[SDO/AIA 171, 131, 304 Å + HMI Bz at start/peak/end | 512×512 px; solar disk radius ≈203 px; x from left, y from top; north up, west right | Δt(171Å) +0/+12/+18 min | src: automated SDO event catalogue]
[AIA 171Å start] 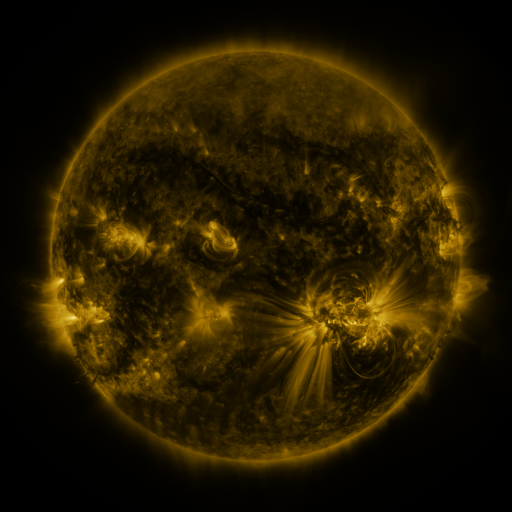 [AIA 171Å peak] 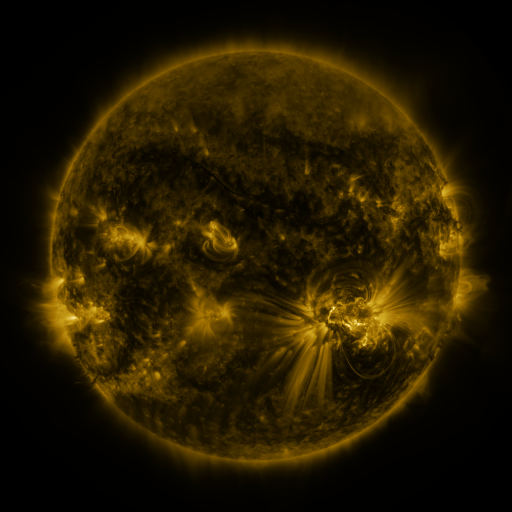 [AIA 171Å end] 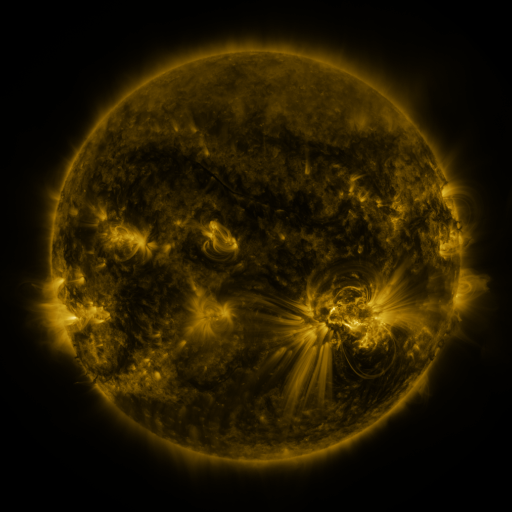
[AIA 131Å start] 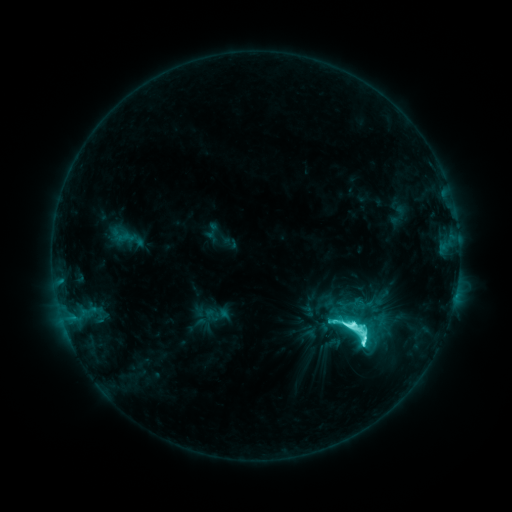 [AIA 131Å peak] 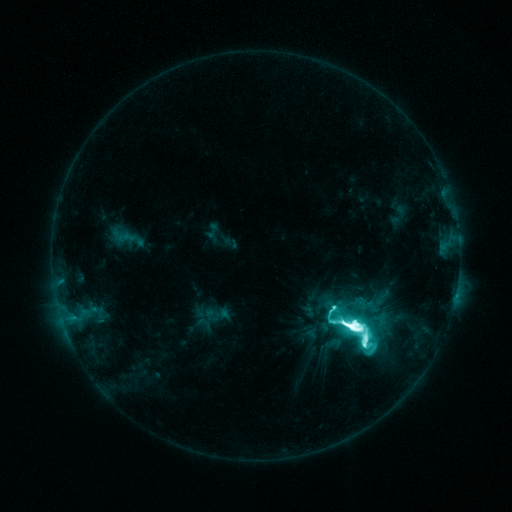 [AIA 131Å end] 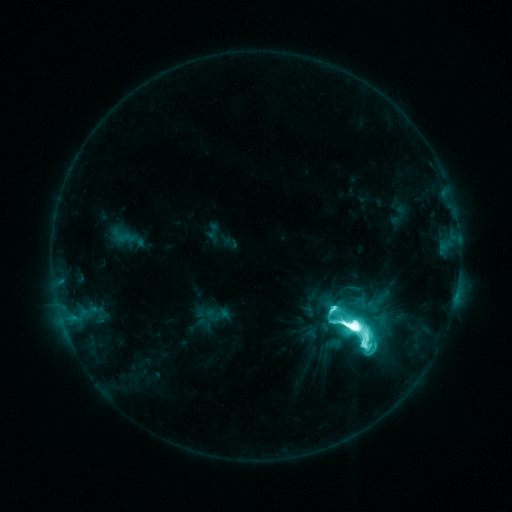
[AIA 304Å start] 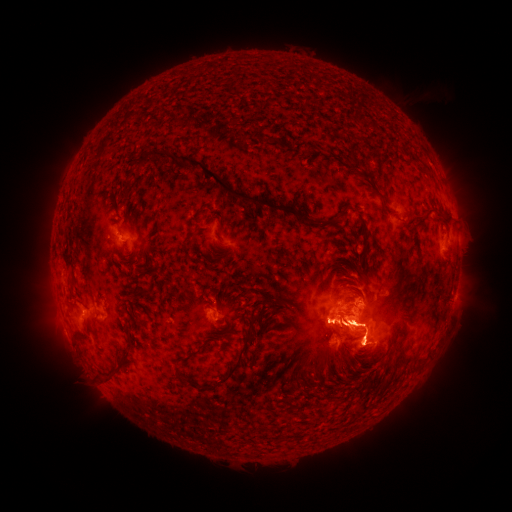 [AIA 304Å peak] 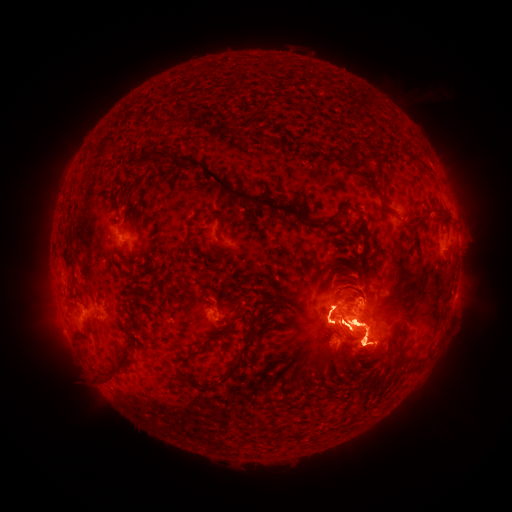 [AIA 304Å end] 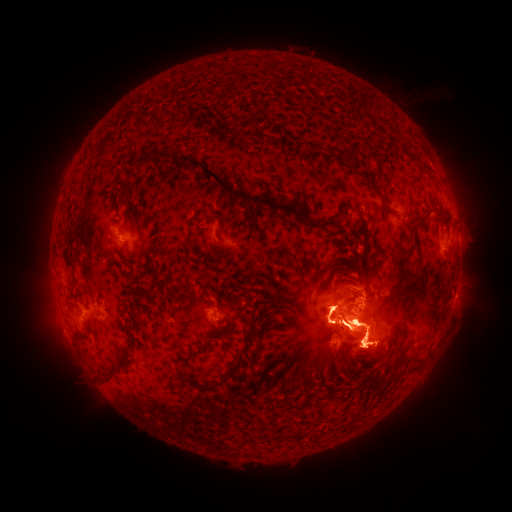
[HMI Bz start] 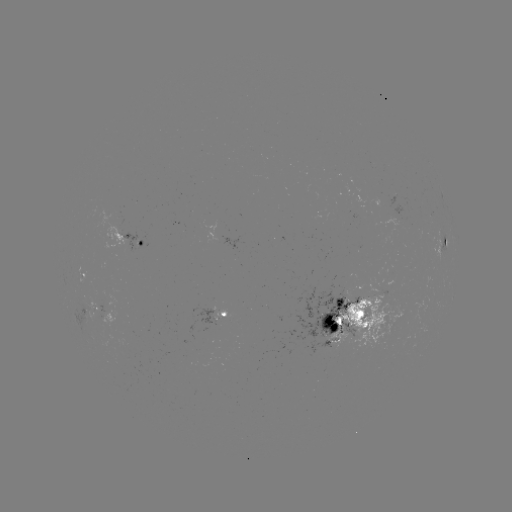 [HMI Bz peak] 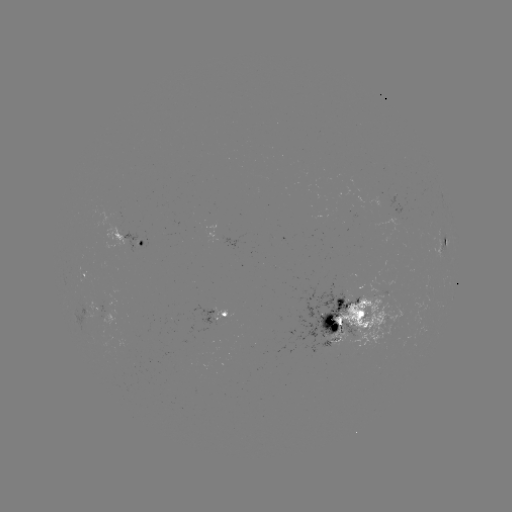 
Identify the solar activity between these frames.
X1.0 flare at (331, 307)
